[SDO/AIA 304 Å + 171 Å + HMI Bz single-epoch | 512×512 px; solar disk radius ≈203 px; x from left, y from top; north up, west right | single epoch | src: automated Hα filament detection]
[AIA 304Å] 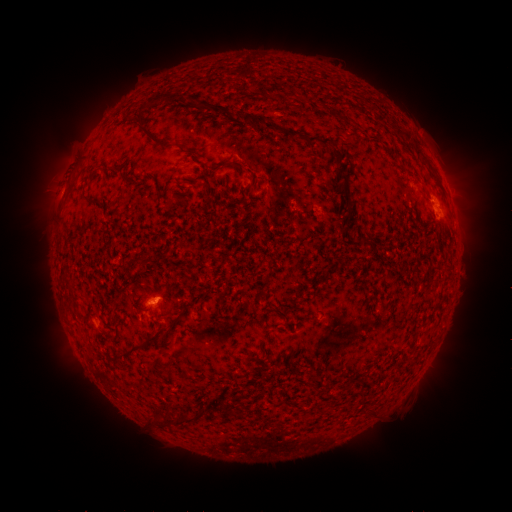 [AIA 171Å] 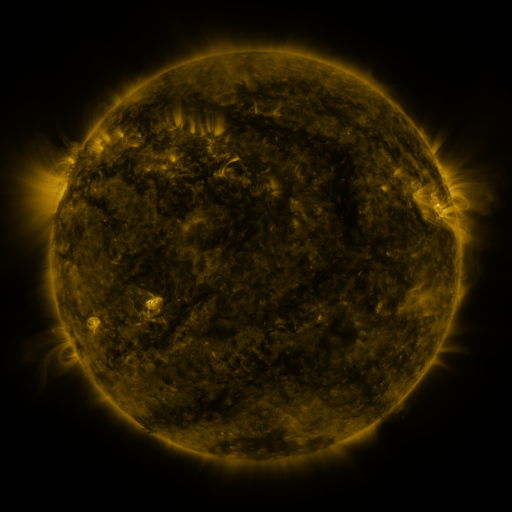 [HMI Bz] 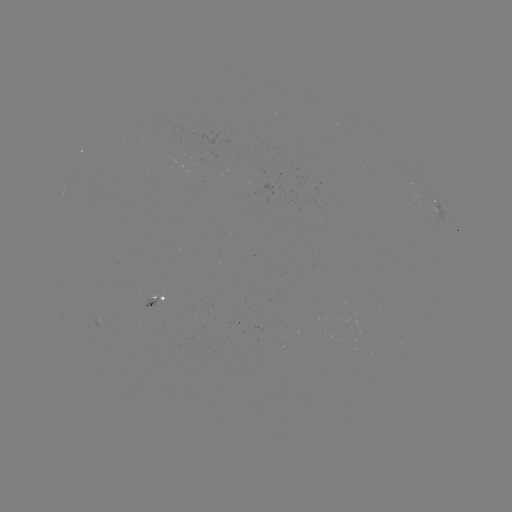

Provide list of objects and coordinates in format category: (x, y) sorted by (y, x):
filament: (159, 96)
filament: (261, 122)
filament: (292, 134)
filament: (154, 138)
filament: (319, 140)
filament: (421, 155)
filament: (343, 179)
filament: (370, 238)
filament: (283, 315)
filament: (144, 343)
filament: (184, 419)
